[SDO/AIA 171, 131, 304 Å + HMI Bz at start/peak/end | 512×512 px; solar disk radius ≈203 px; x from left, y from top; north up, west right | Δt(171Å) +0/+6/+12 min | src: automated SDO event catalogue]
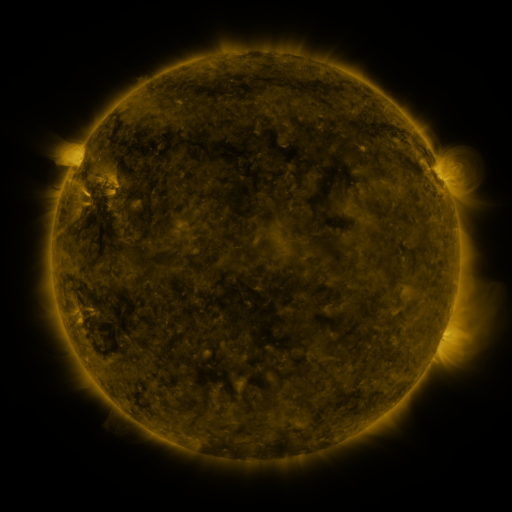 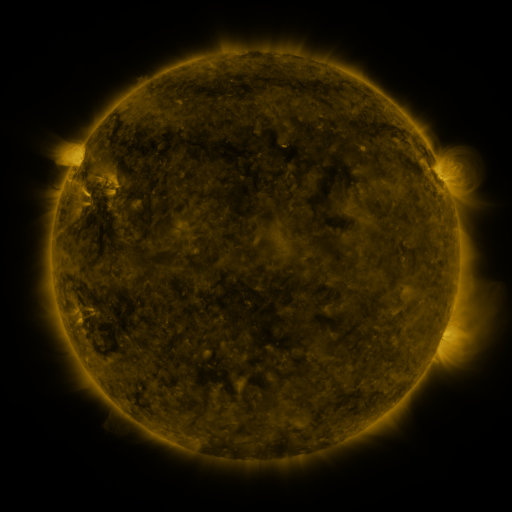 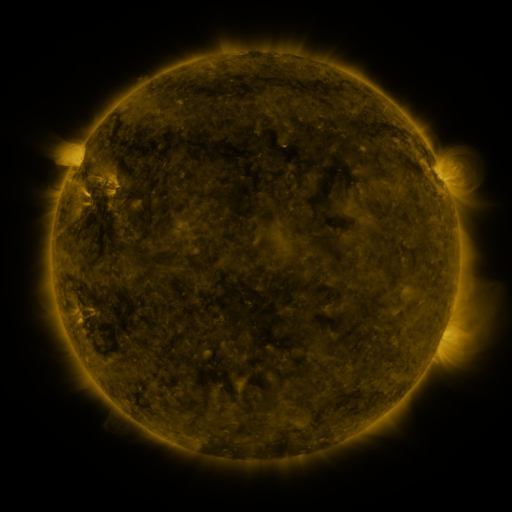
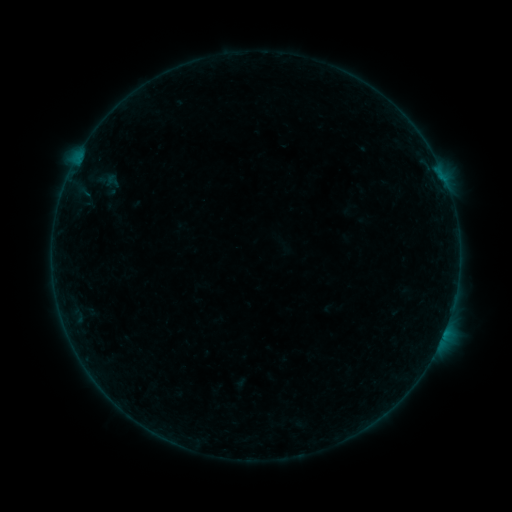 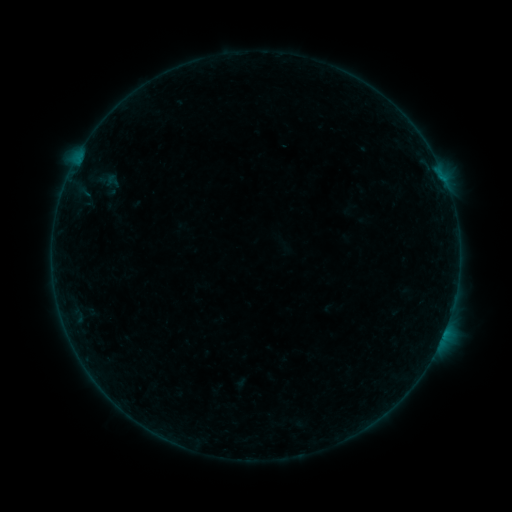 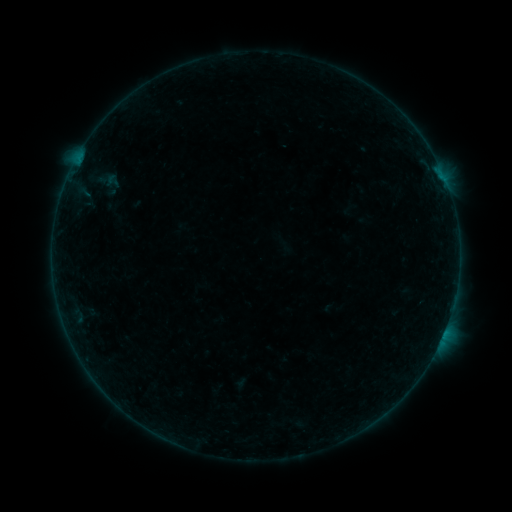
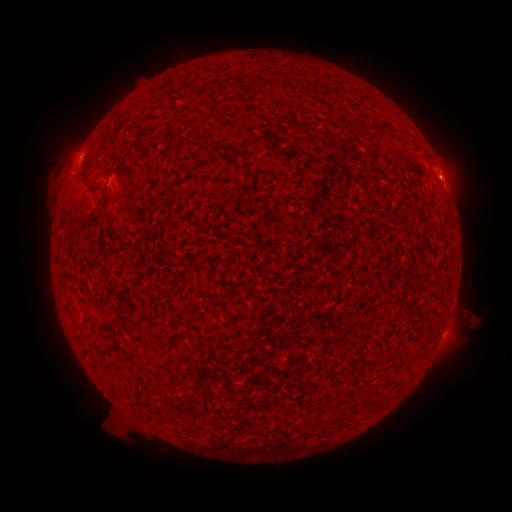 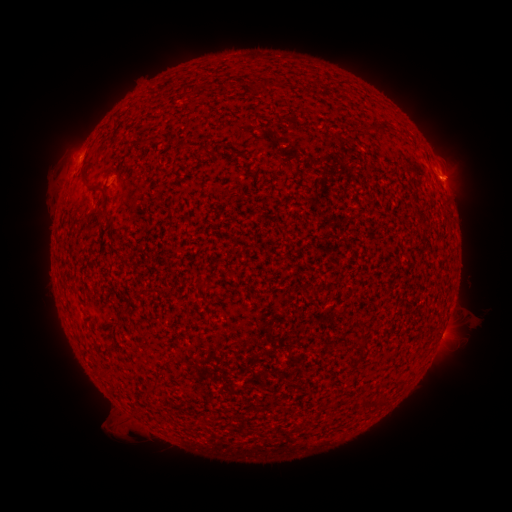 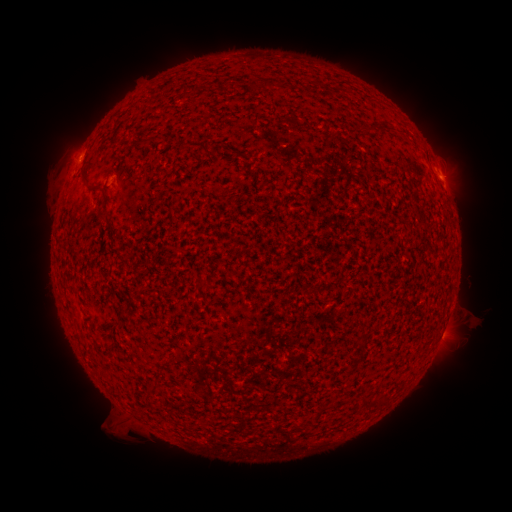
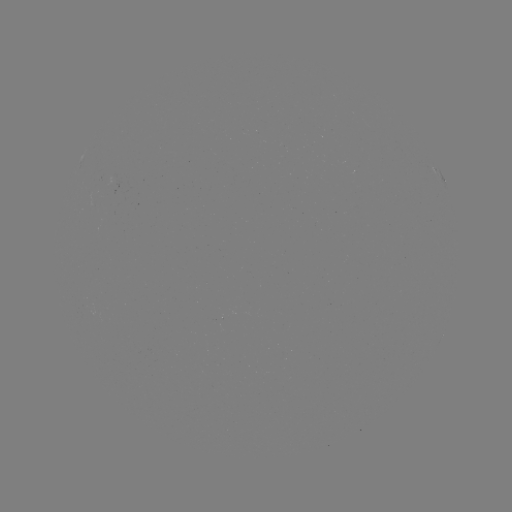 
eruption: <bbox>433, 152, 485, 200</bbox>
